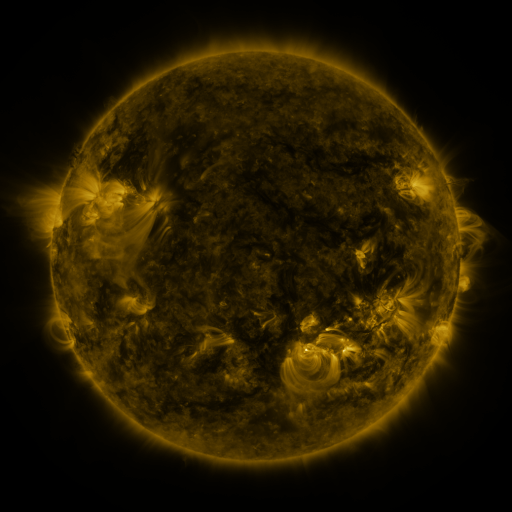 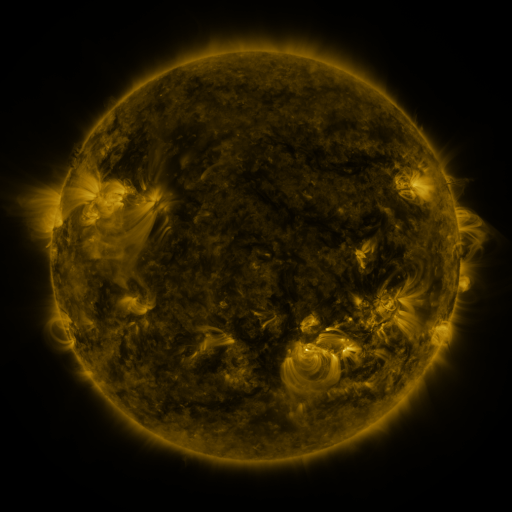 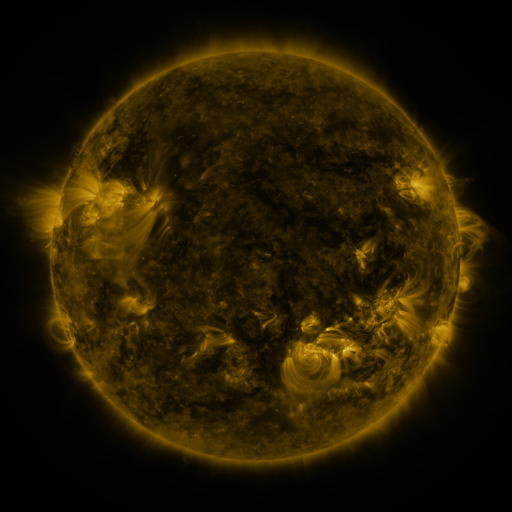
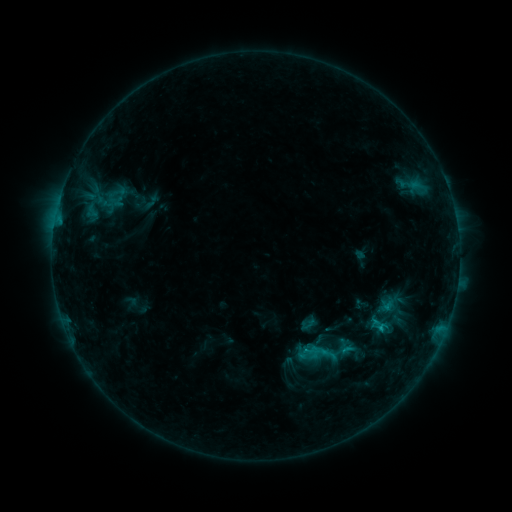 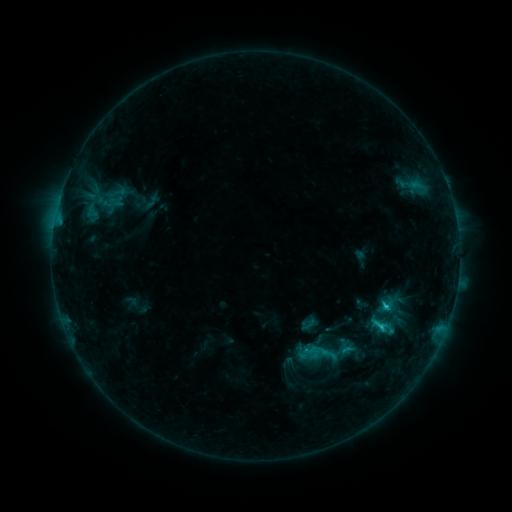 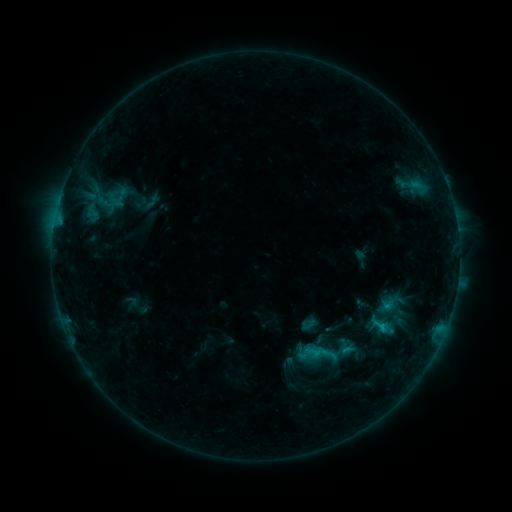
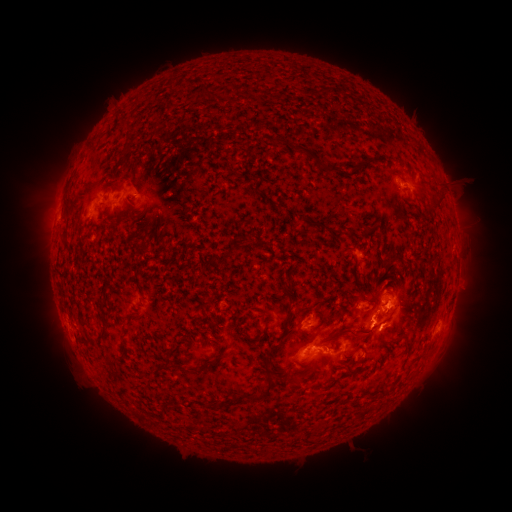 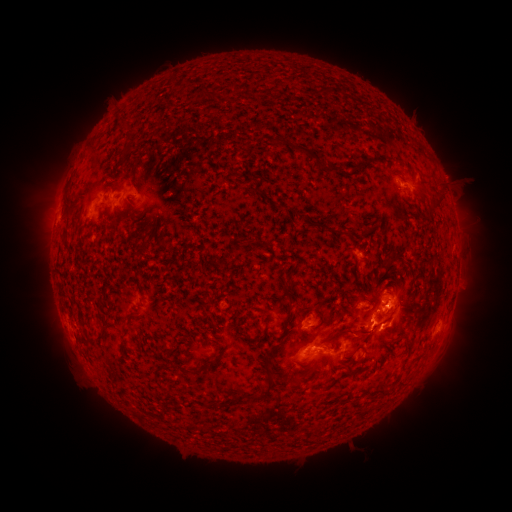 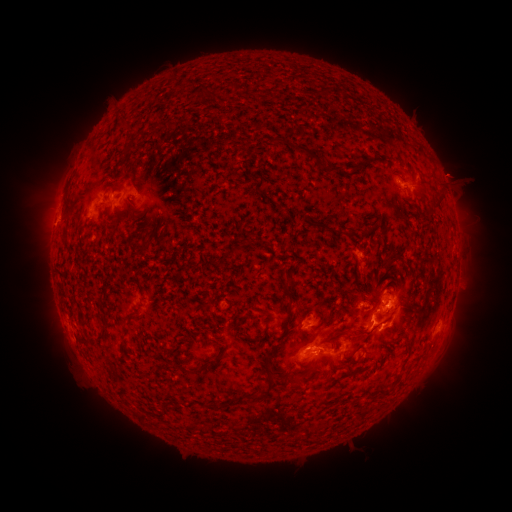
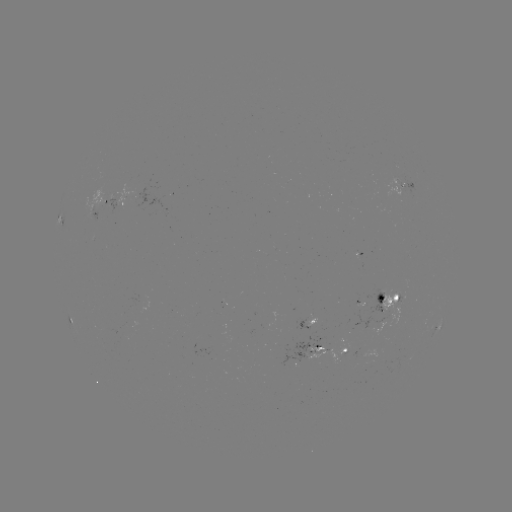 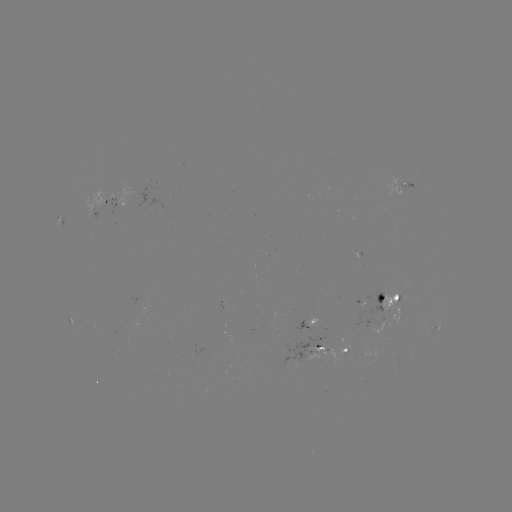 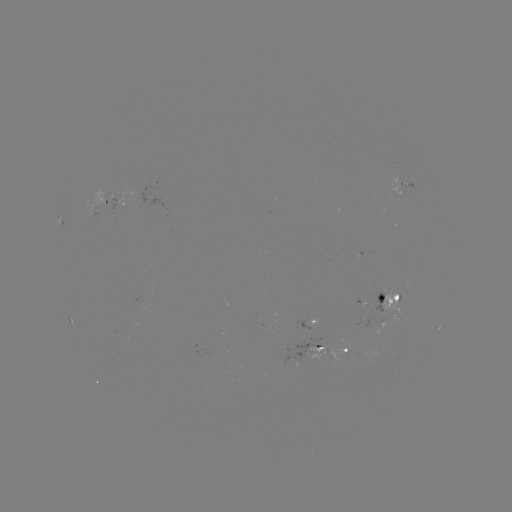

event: flare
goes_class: C1.8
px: (385, 306)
